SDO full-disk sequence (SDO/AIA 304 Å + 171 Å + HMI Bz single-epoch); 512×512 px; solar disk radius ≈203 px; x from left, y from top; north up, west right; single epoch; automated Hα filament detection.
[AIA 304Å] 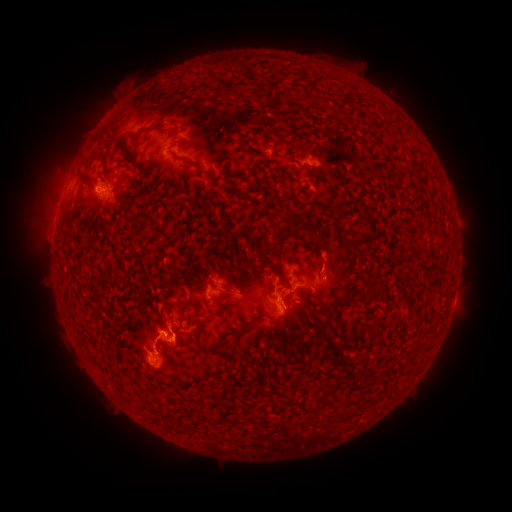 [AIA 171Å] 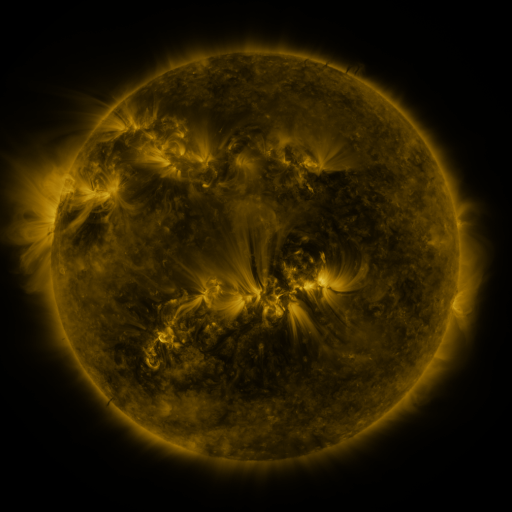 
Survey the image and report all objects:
filament: (209, 68, 224, 88)
filament: (138, 120, 166, 133)
filament: (264, 134, 287, 161)
filament: (177, 154, 197, 168)
filament: (205, 173, 222, 182)
filament: (299, 226, 315, 243)
filament: (256, 263, 264, 271)
filament: (274, 267, 291, 290)
filament: (364, 281, 373, 290)
filament: (153, 298, 171, 325)
filament: (318, 303, 345, 320)
filament: (321, 322, 333, 331)
filament: (177, 323, 188, 331)
filament: (191, 333, 213, 355)
